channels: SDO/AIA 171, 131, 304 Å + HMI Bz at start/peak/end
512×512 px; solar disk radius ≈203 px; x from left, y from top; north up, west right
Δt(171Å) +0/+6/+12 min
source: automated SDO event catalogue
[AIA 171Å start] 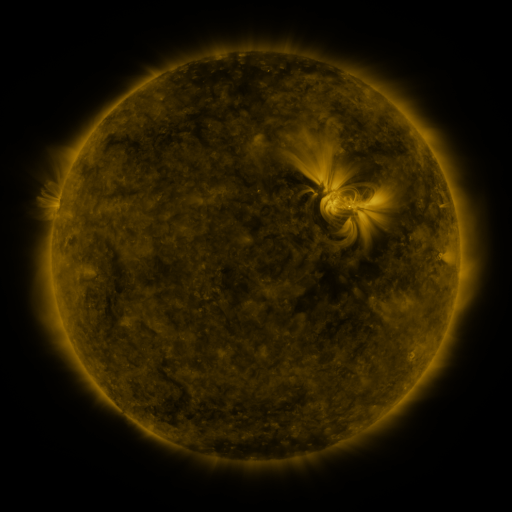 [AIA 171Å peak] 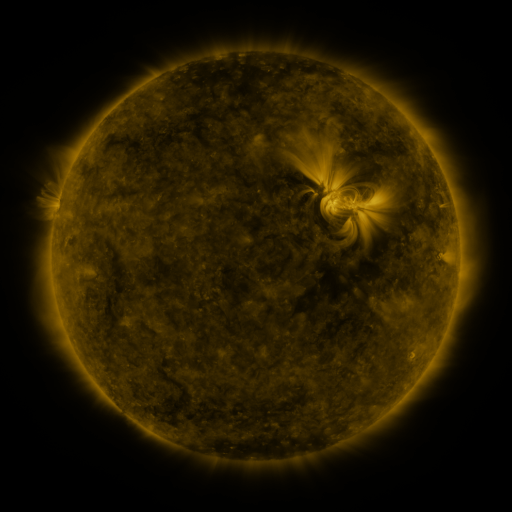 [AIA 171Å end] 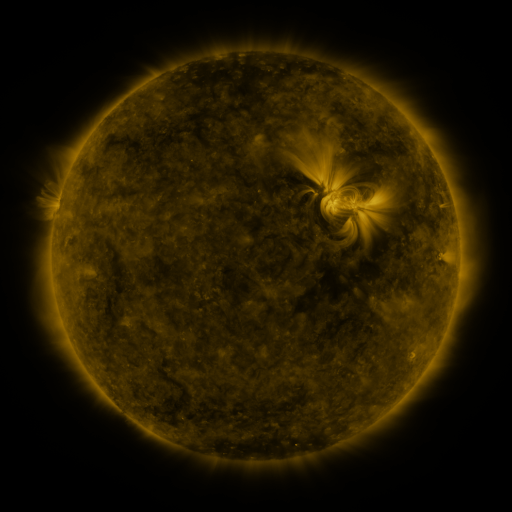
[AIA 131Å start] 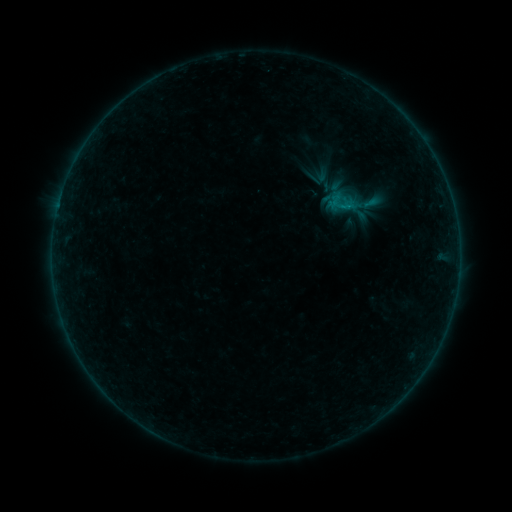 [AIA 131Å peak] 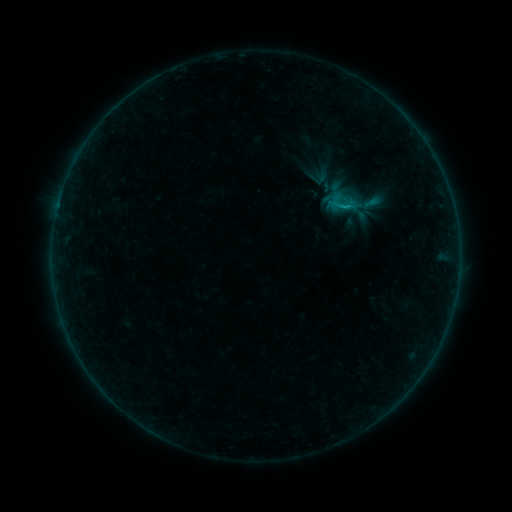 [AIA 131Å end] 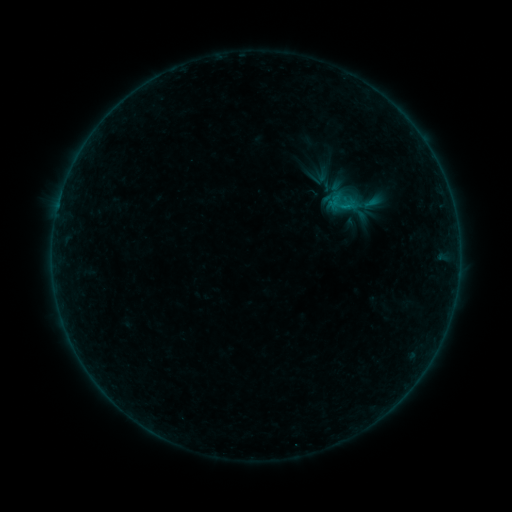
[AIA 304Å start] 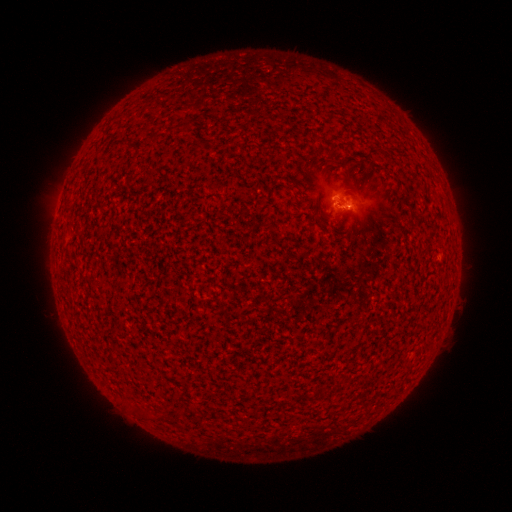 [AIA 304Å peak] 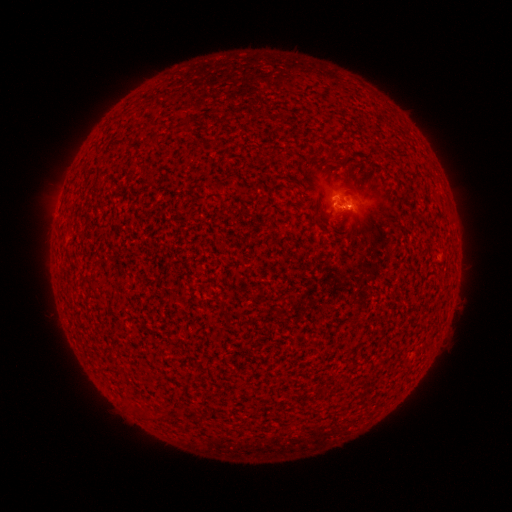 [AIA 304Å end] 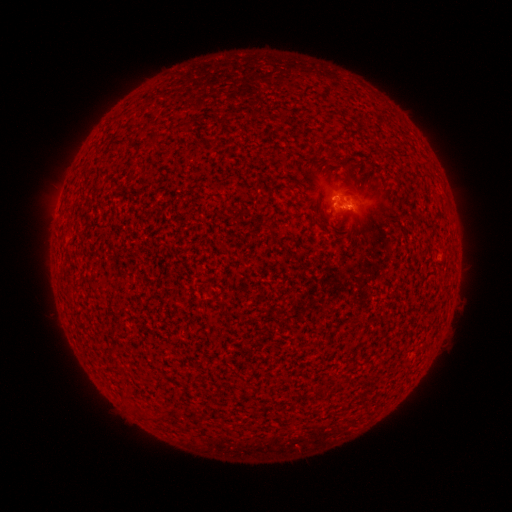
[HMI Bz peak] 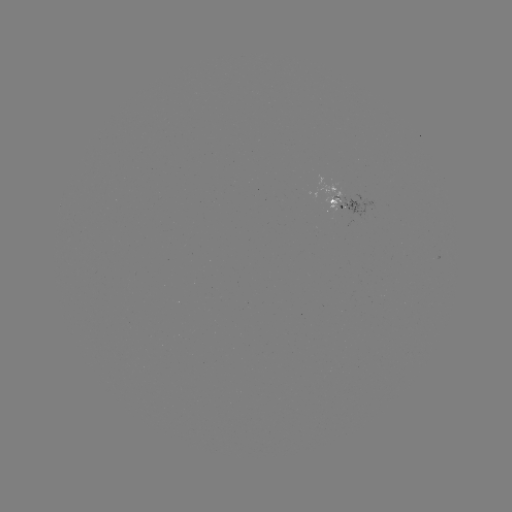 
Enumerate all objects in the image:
B2.8 flare: (346, 208)
